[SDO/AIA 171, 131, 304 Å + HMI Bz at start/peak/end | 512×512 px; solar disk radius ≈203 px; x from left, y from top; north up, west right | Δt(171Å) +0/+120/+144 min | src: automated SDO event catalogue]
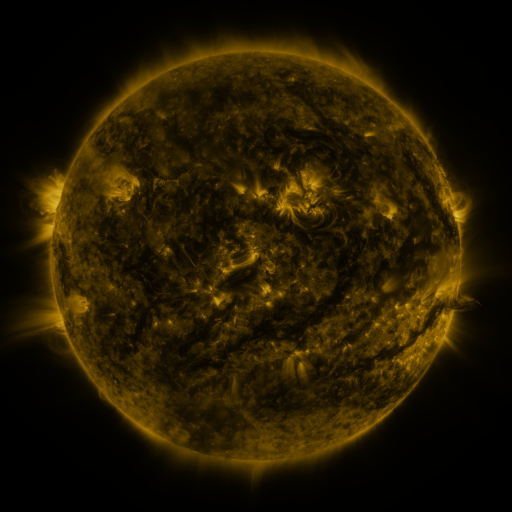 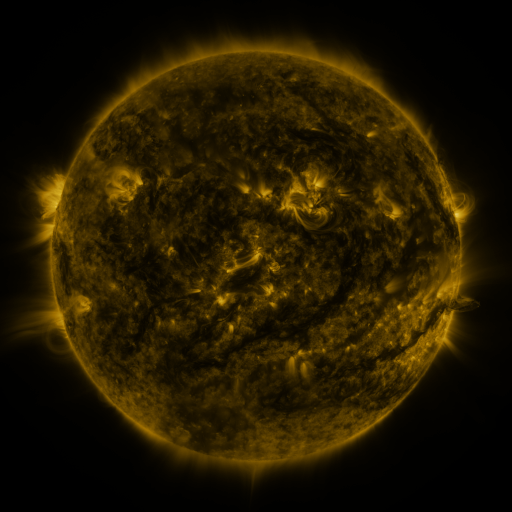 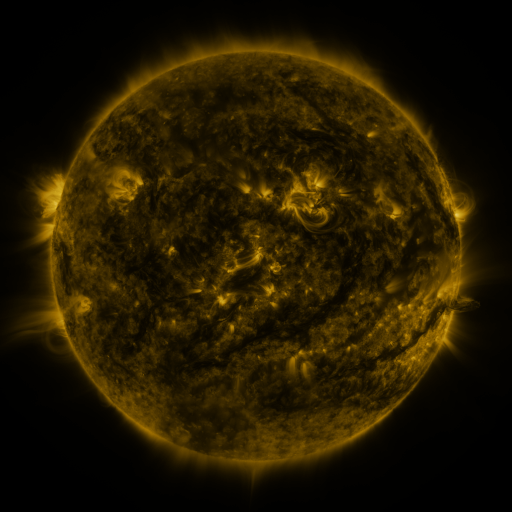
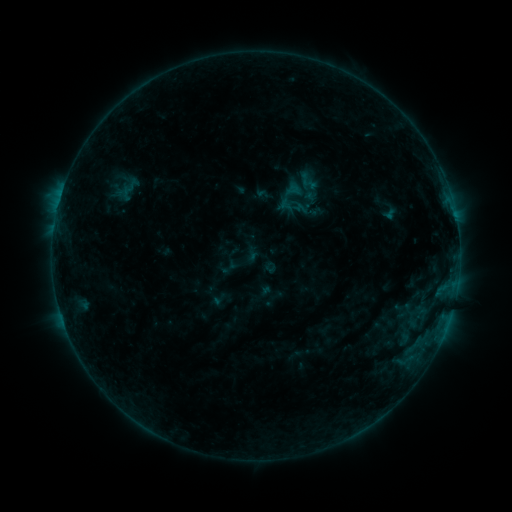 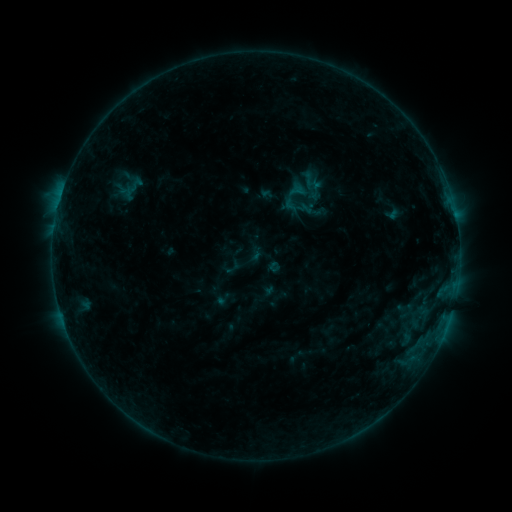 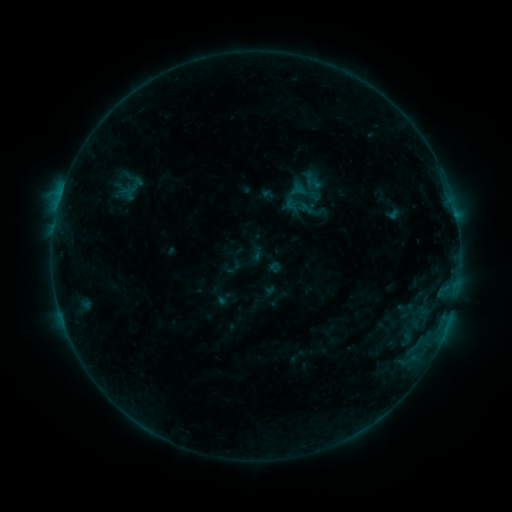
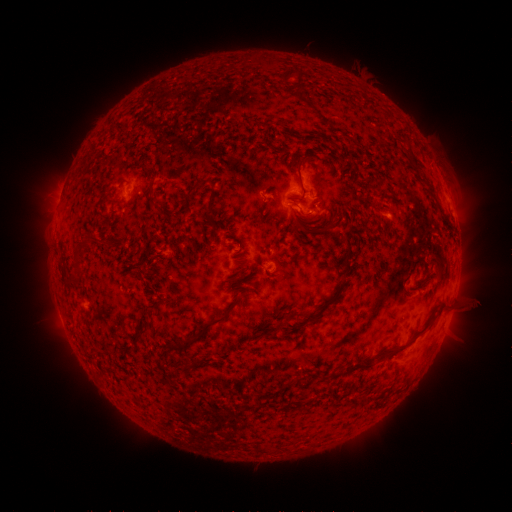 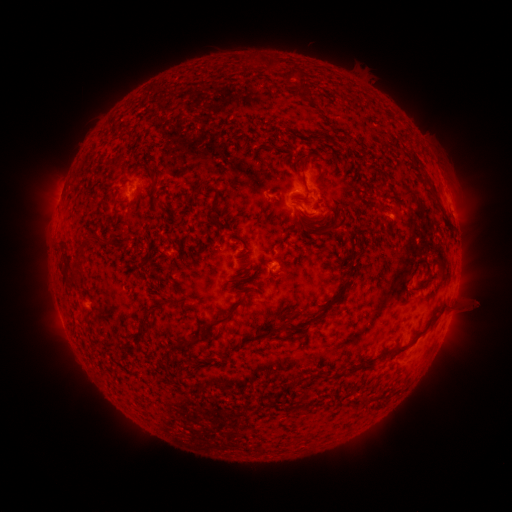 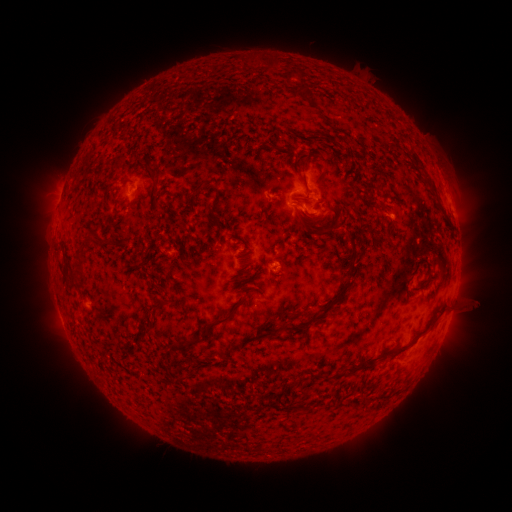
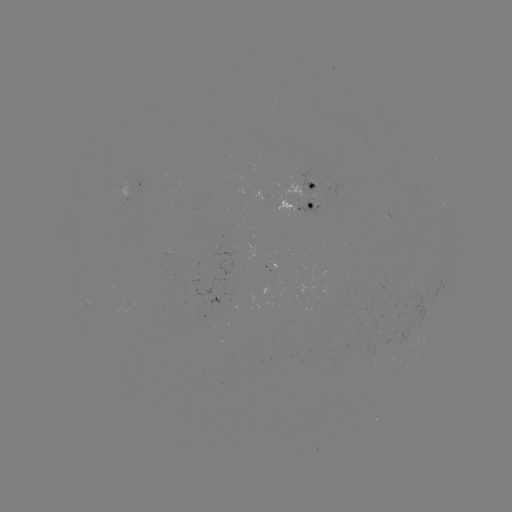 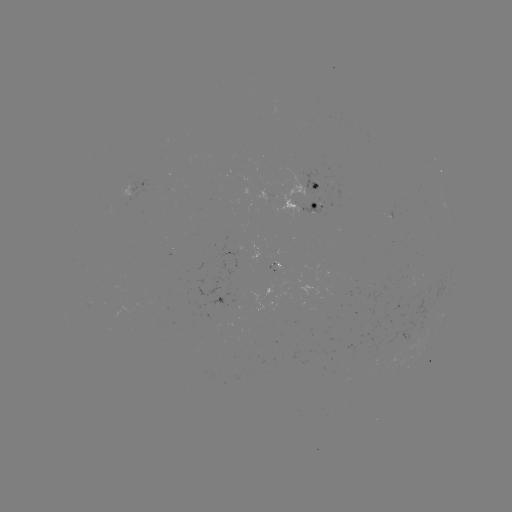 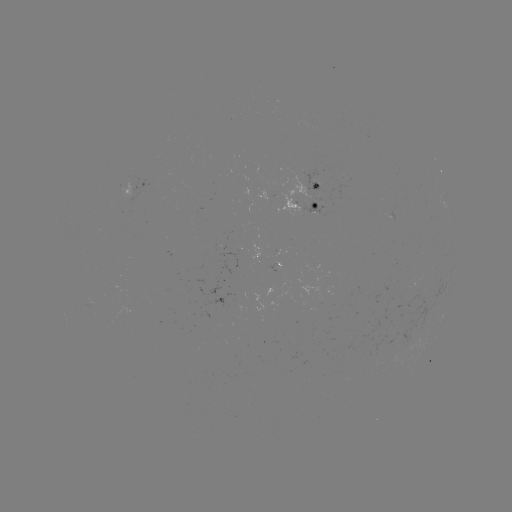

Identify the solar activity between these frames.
emerging-flux region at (313, 190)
